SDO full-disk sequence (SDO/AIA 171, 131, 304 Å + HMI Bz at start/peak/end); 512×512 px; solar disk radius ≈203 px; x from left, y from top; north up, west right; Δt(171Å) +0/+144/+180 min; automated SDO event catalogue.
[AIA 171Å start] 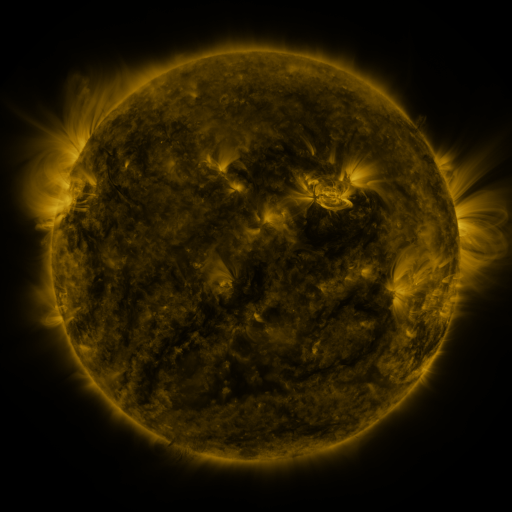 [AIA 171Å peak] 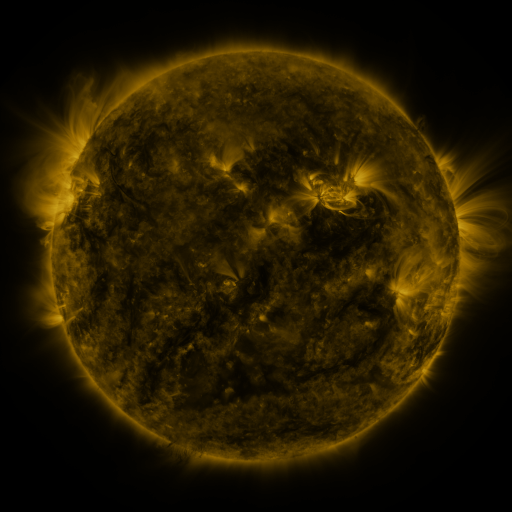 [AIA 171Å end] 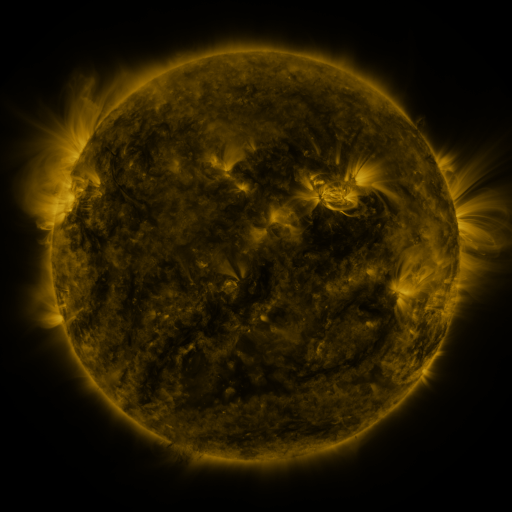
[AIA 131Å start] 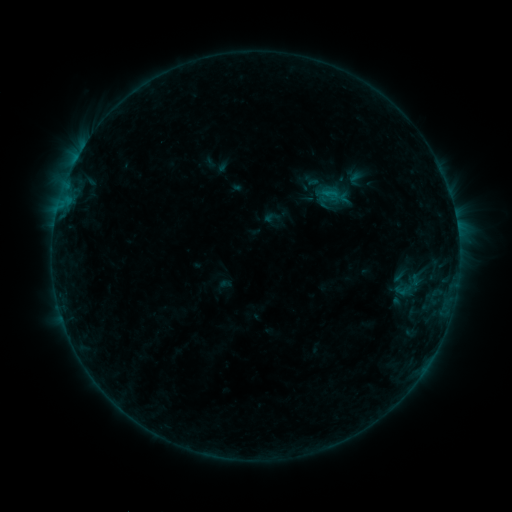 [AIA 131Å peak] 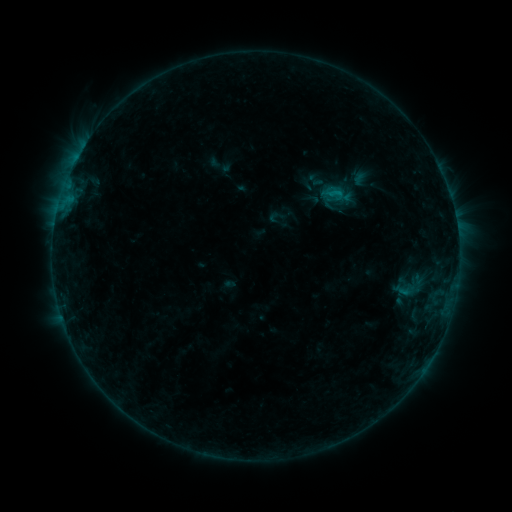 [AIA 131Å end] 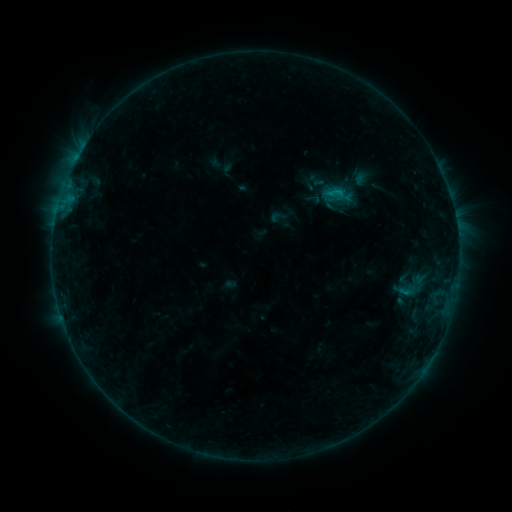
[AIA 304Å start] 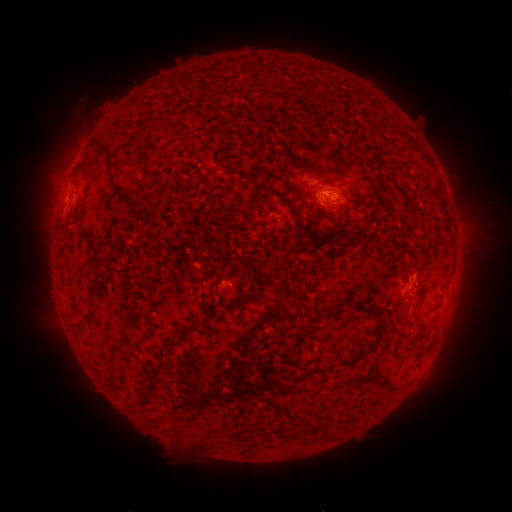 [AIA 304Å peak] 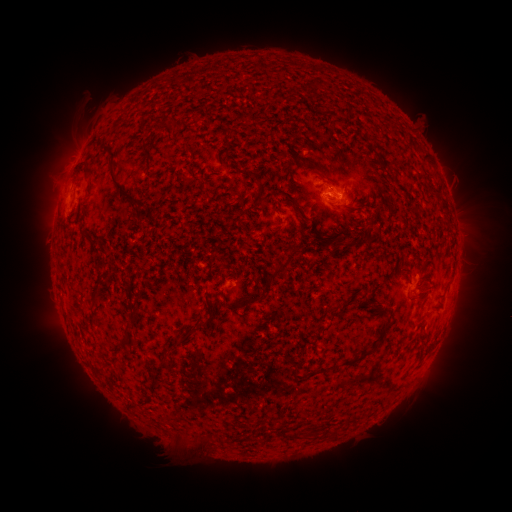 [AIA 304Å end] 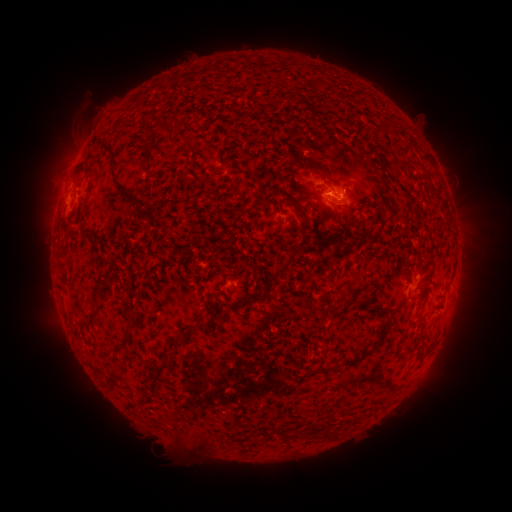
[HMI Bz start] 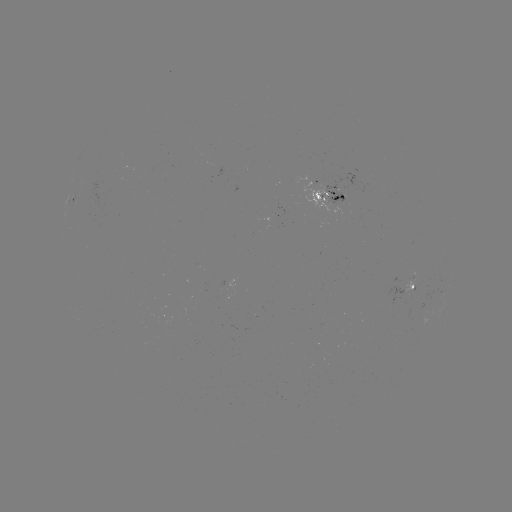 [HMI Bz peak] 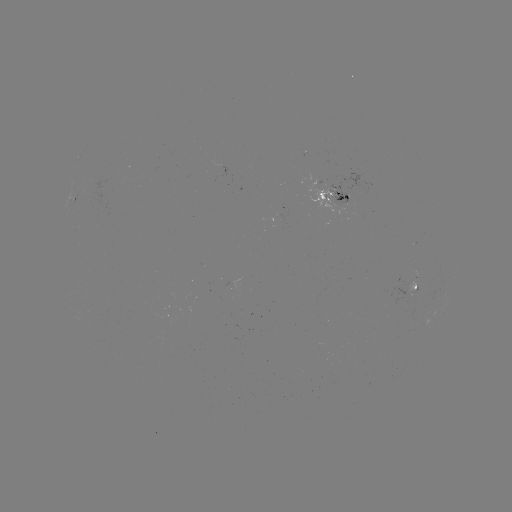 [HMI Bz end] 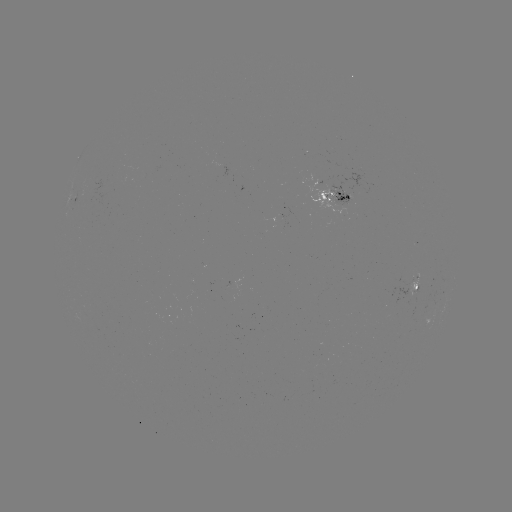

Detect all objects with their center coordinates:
emerging-flux region: (322, 190)
